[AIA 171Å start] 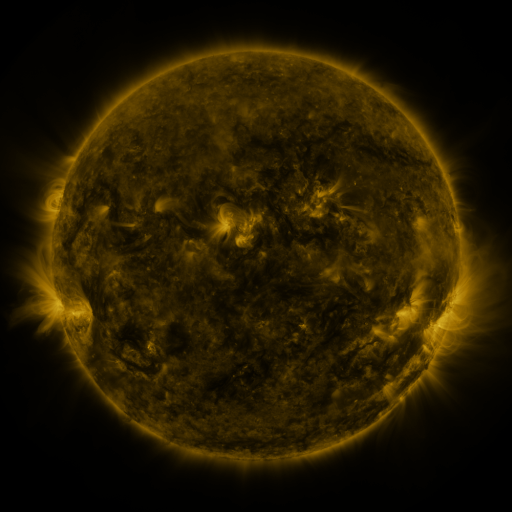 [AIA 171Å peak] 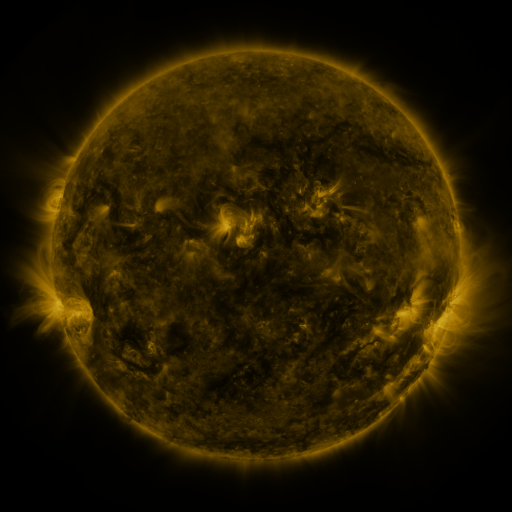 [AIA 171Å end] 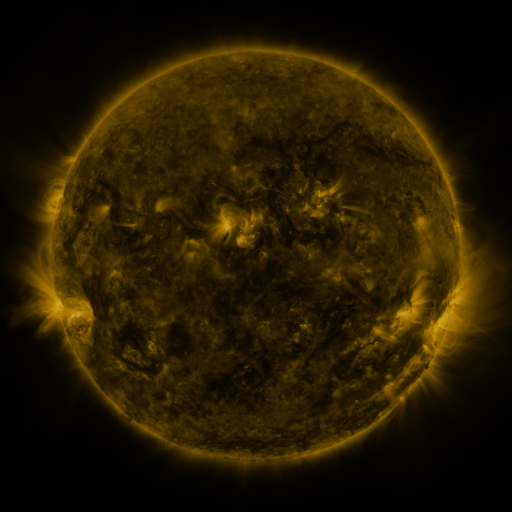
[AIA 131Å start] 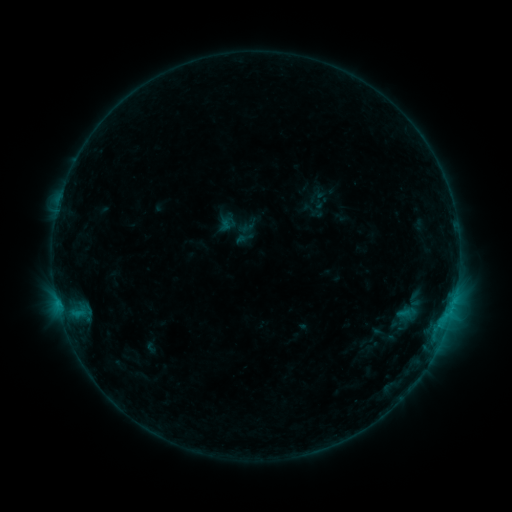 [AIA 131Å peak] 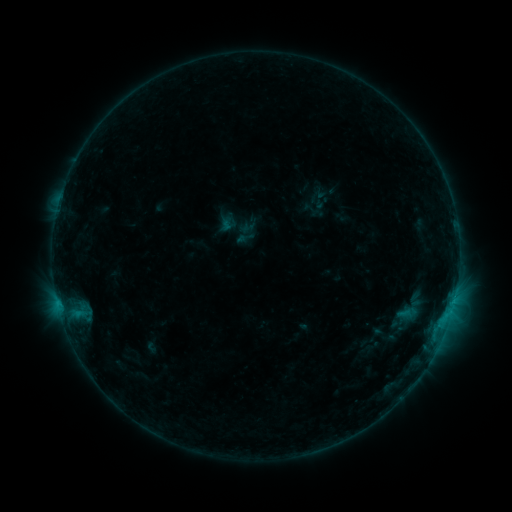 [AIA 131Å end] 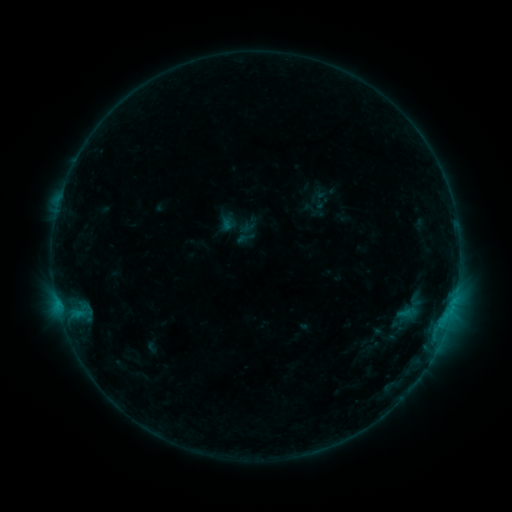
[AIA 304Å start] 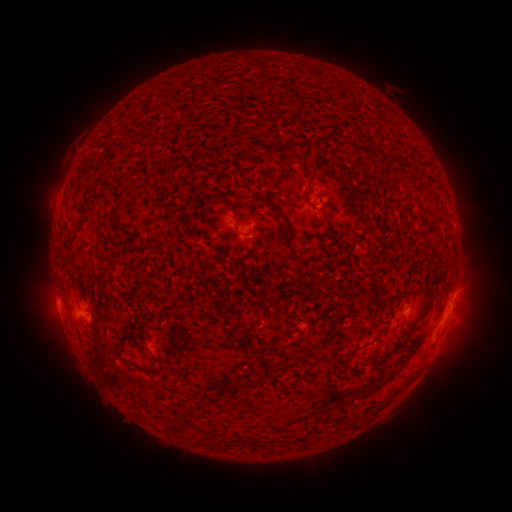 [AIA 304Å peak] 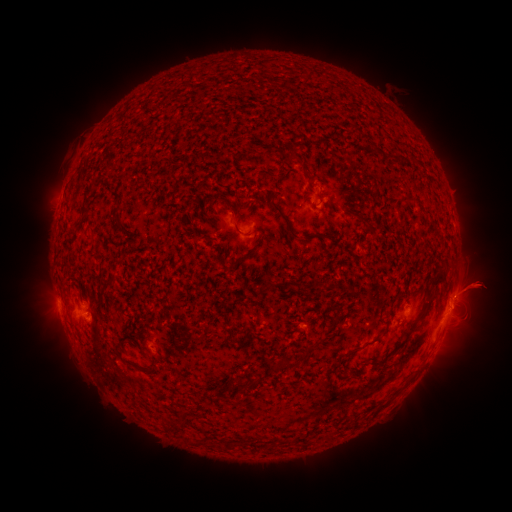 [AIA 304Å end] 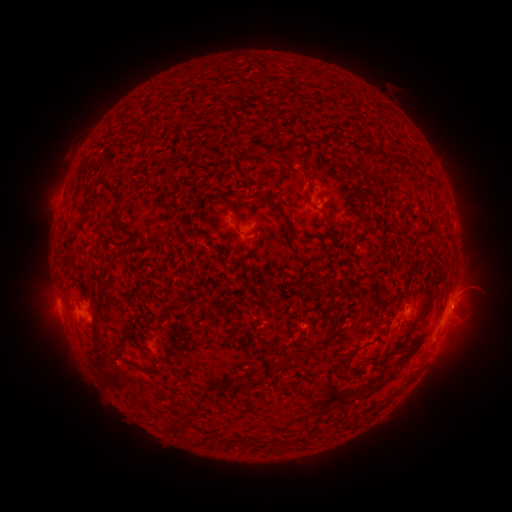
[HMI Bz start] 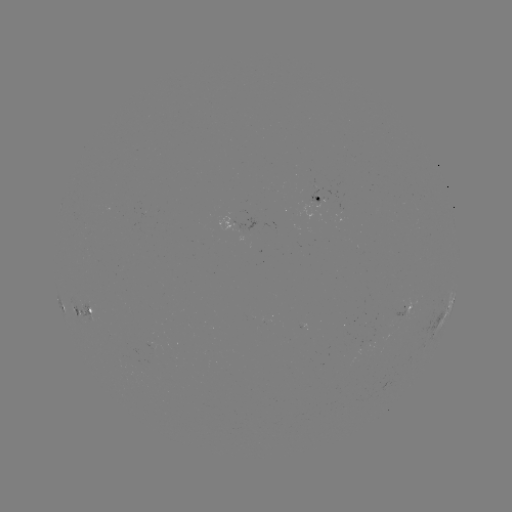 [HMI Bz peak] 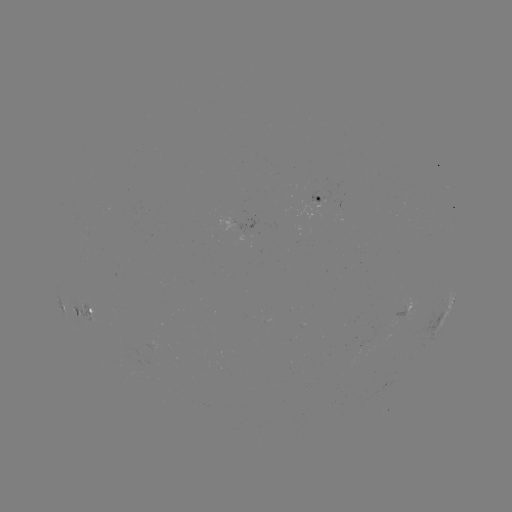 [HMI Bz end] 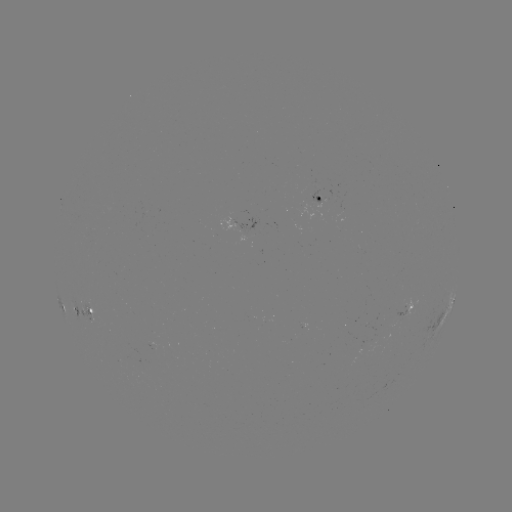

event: eruption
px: (481, 284)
